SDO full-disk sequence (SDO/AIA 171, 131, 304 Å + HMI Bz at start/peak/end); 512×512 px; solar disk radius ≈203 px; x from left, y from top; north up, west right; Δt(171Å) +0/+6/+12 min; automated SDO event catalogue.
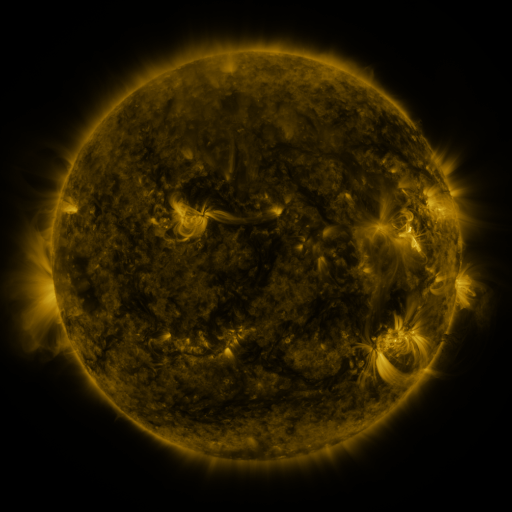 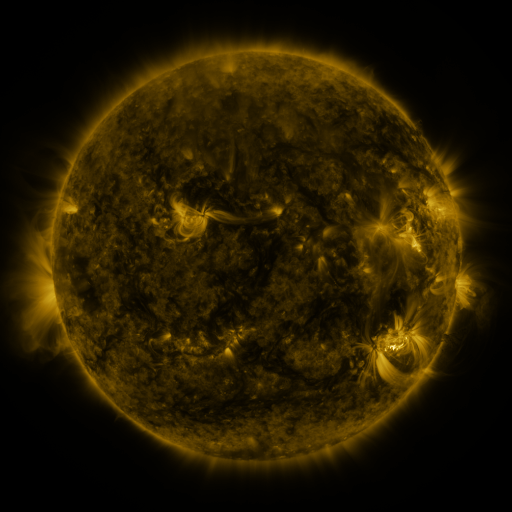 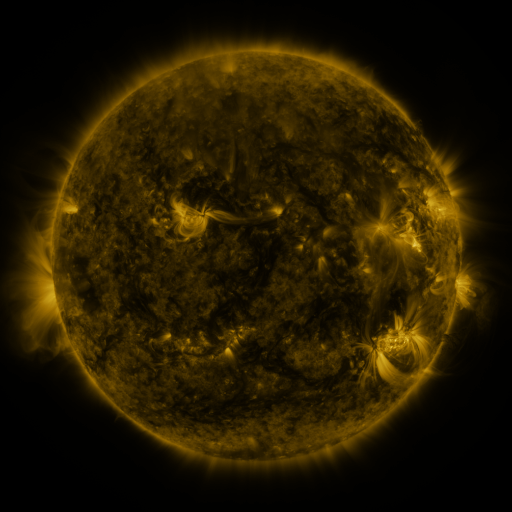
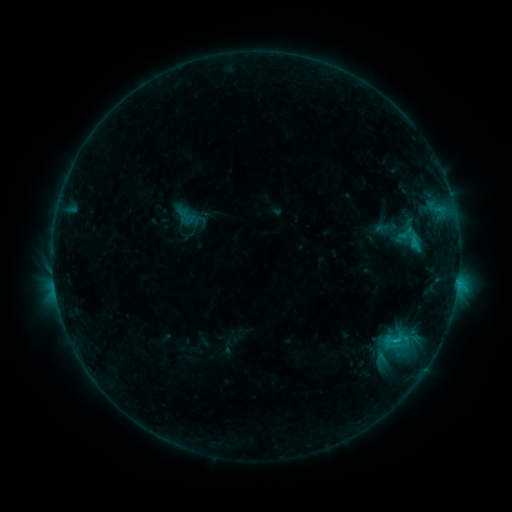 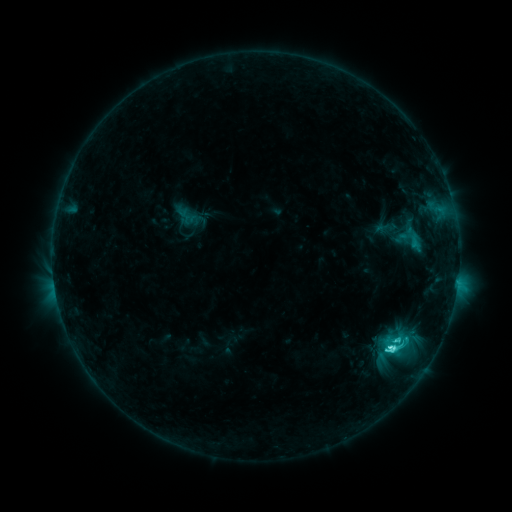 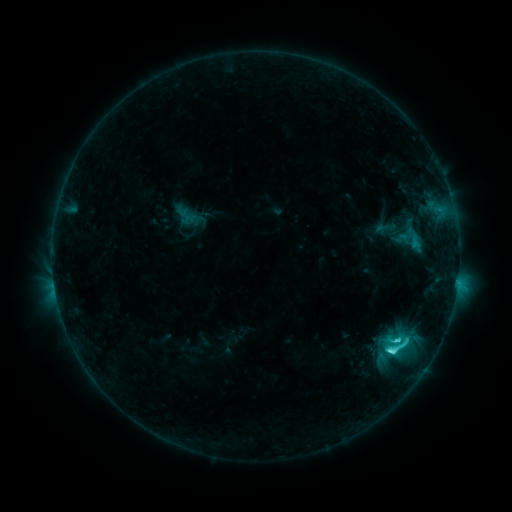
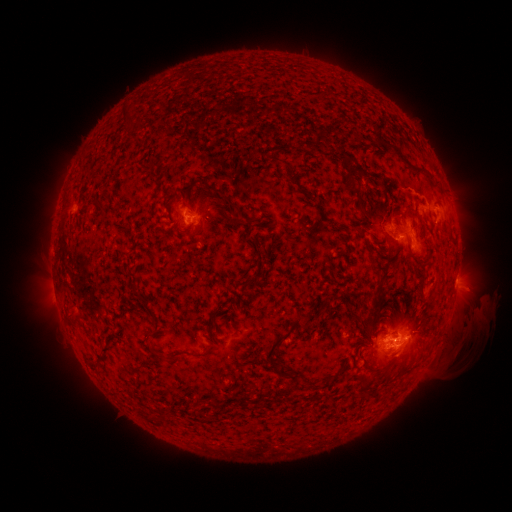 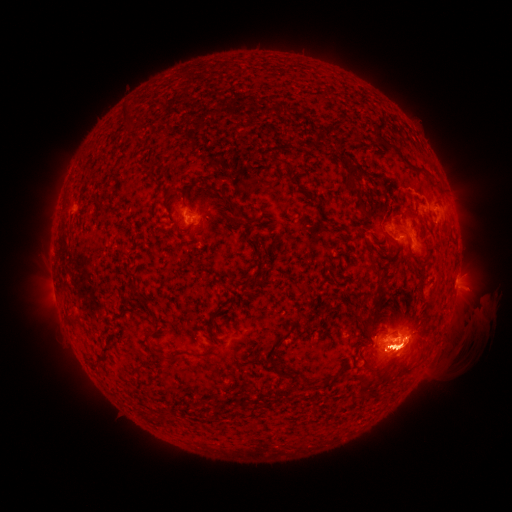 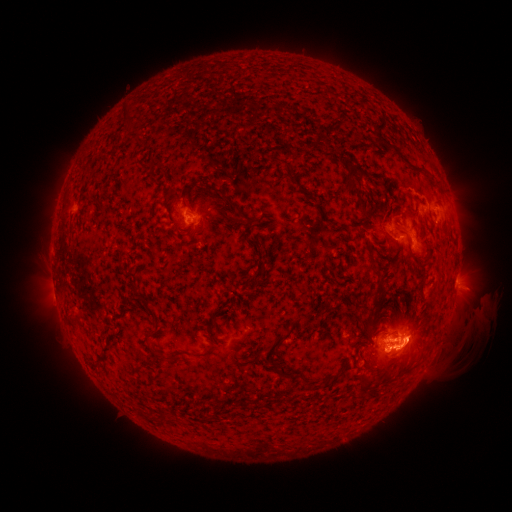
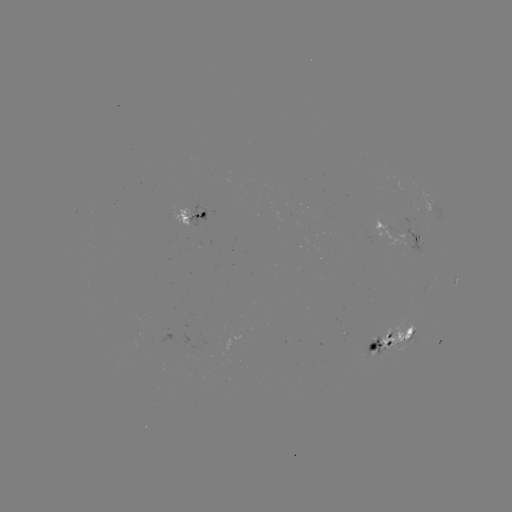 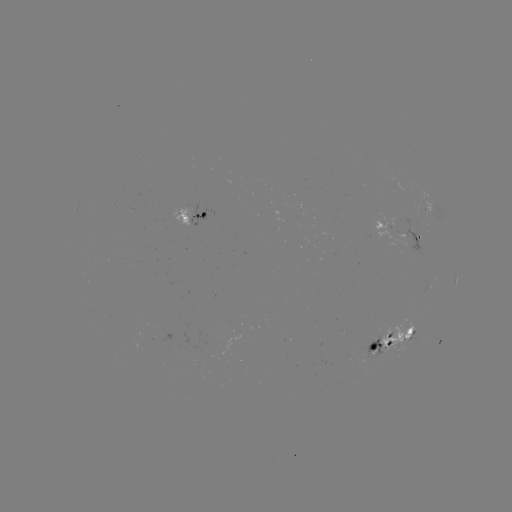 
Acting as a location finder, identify eruption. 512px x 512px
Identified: (408, 348).